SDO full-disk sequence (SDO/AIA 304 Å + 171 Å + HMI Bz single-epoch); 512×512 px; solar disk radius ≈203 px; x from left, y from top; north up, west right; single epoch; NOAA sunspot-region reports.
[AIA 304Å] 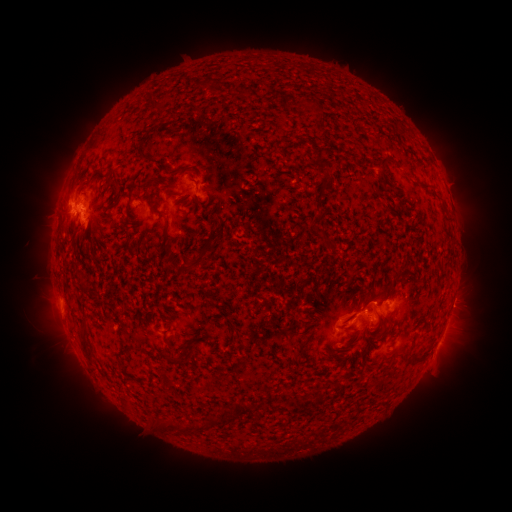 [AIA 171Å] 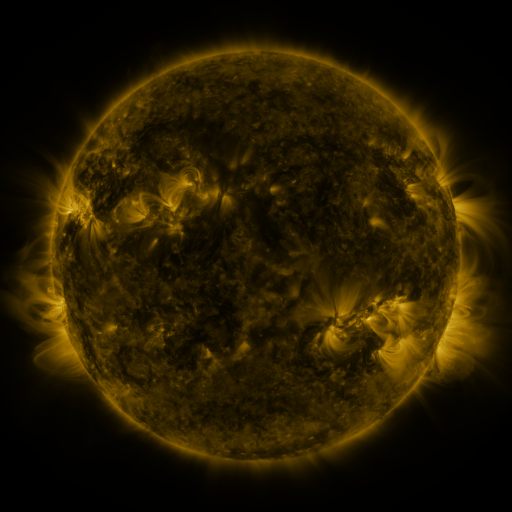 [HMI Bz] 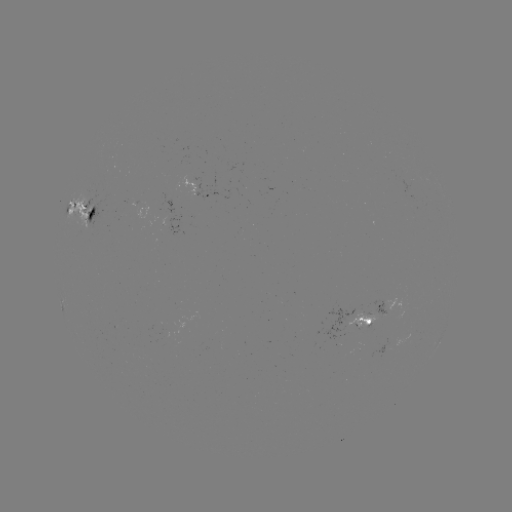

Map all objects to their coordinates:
spotted active region: (197, 198)
spotted active region: (77, 215)
spotted active region: (170, 226)
spotted active region: (390, 299)
spotted active region: (369, 312)
spotted active region: (438, 344)
